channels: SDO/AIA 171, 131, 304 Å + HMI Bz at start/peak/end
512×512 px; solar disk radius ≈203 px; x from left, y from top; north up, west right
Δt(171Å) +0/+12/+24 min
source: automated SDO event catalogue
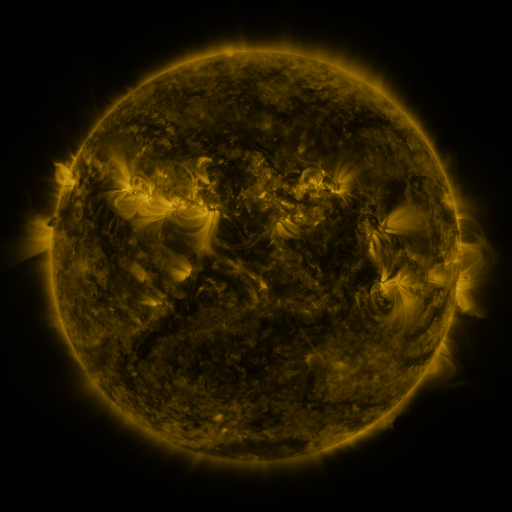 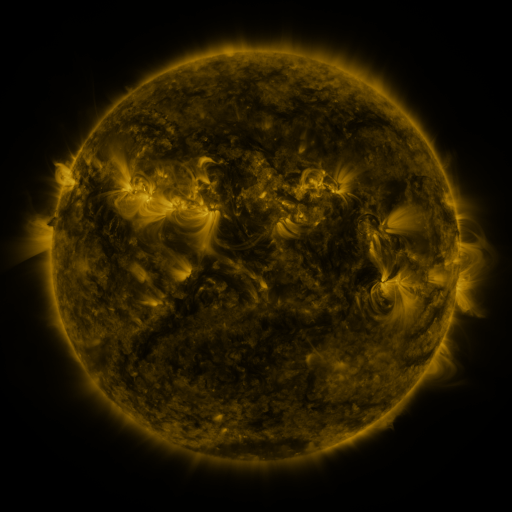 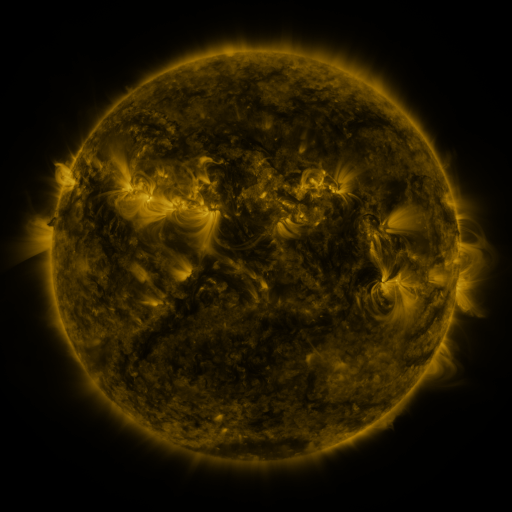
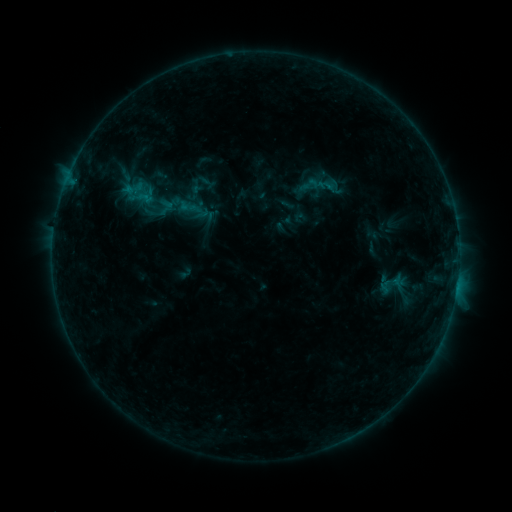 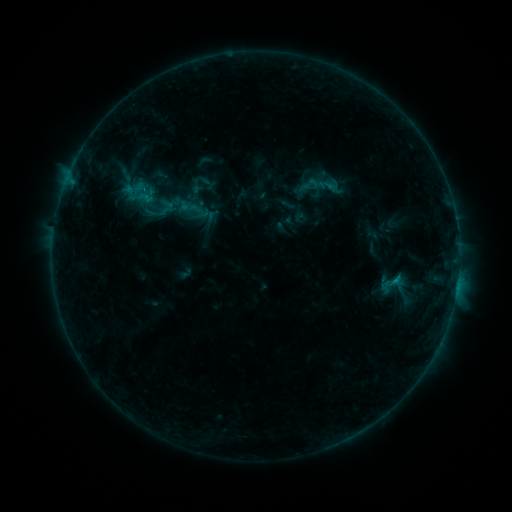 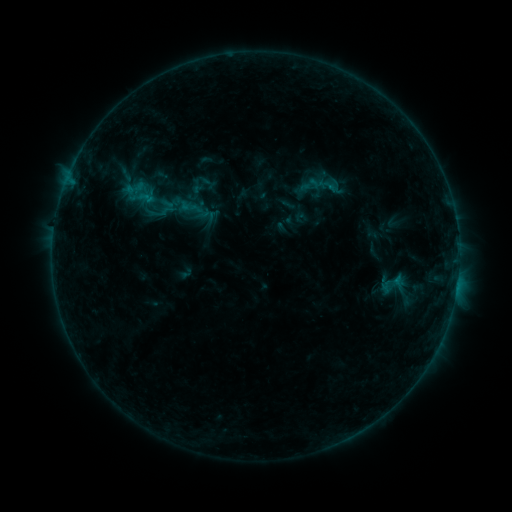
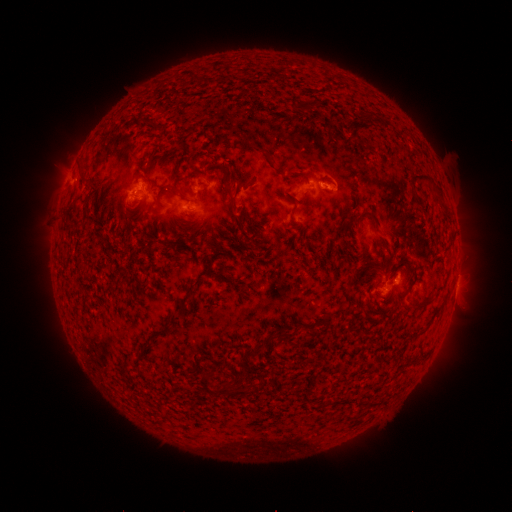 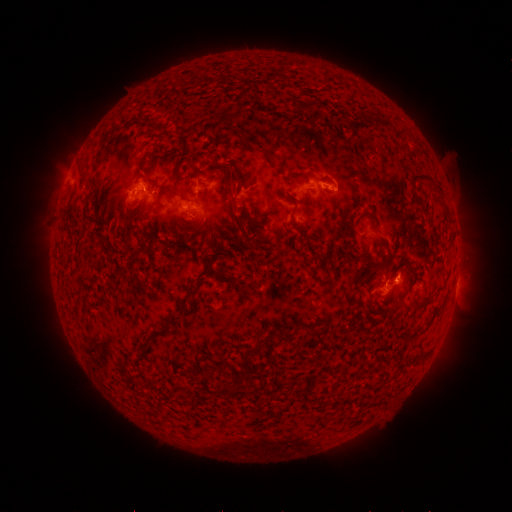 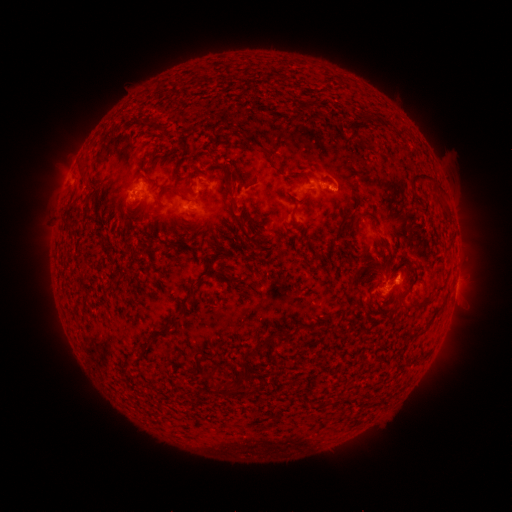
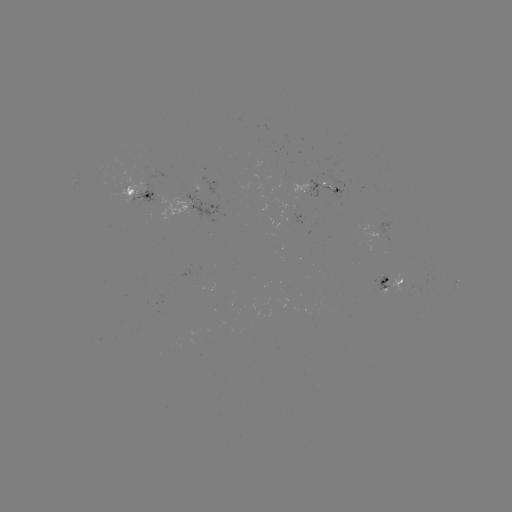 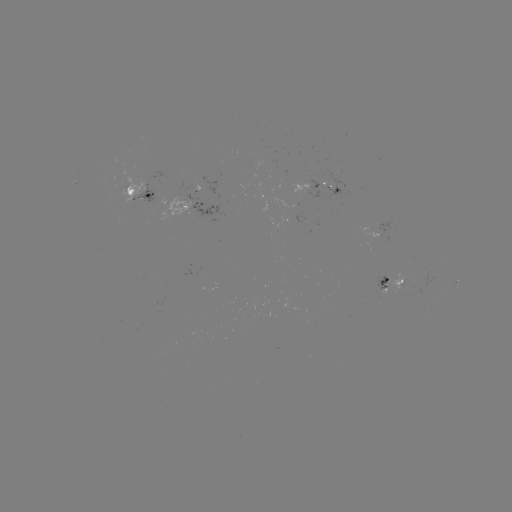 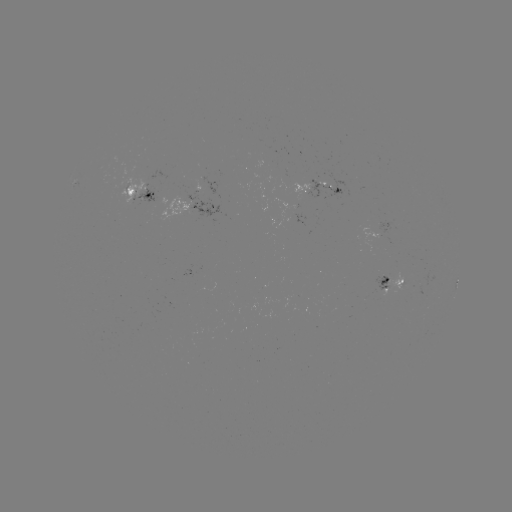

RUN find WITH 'B6.9 flare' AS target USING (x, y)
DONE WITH (395, 278) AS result